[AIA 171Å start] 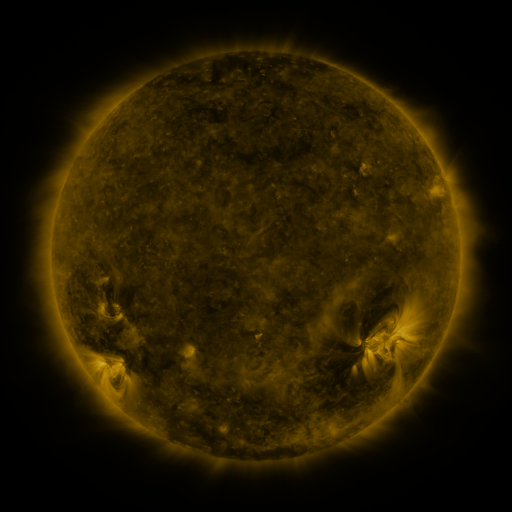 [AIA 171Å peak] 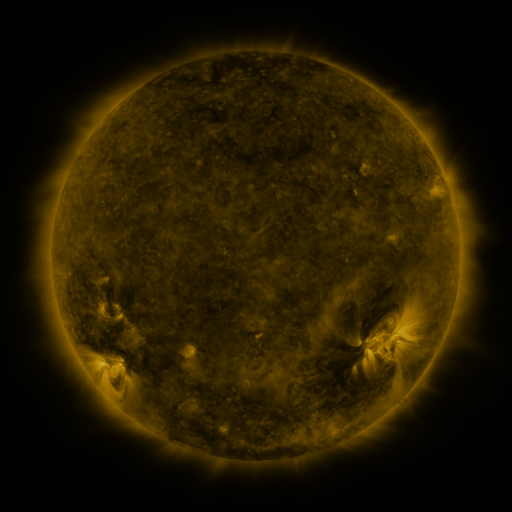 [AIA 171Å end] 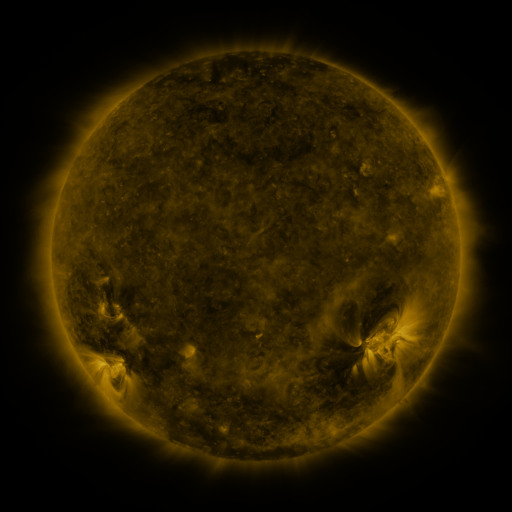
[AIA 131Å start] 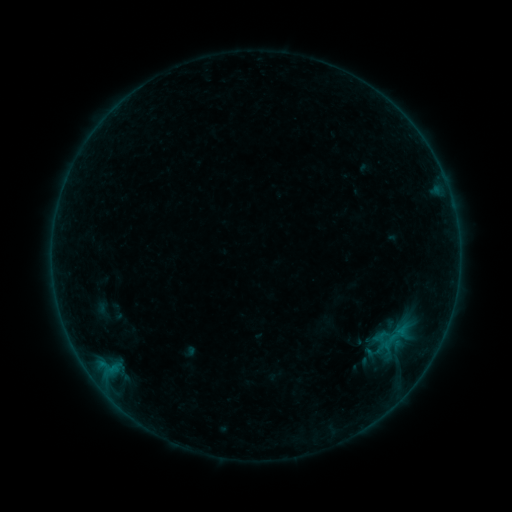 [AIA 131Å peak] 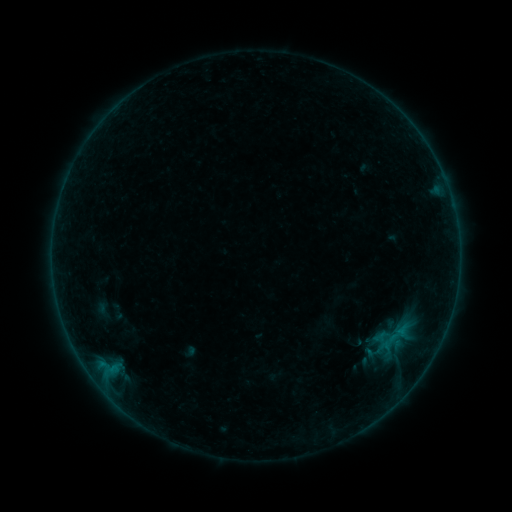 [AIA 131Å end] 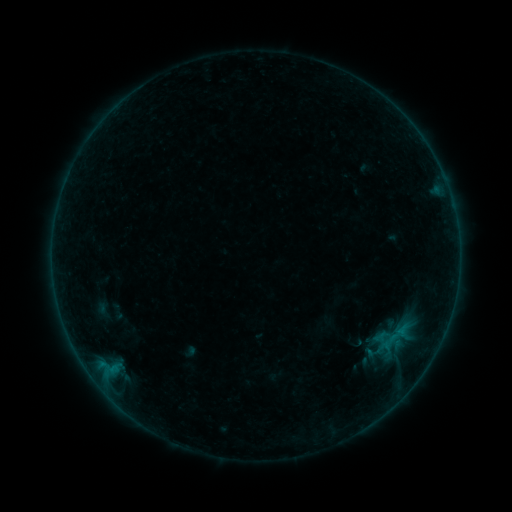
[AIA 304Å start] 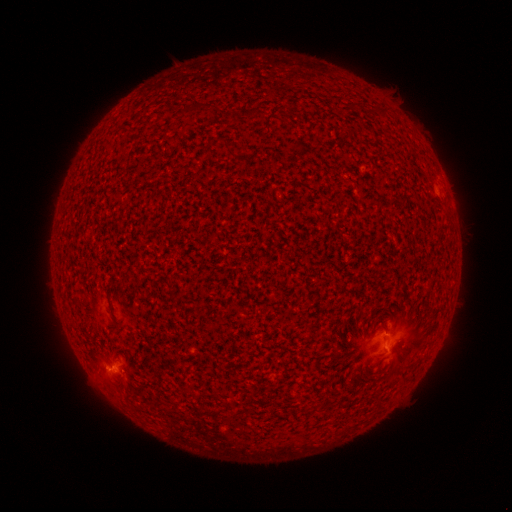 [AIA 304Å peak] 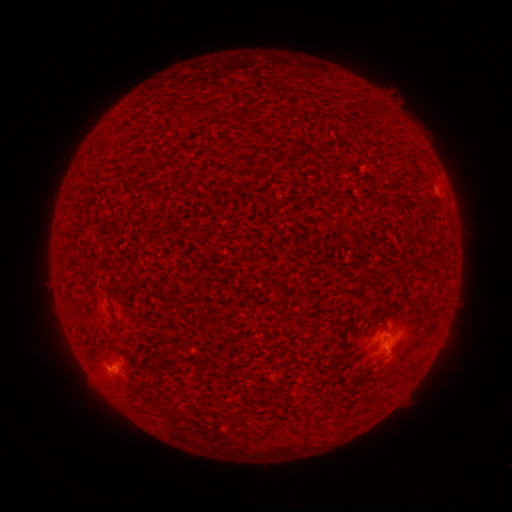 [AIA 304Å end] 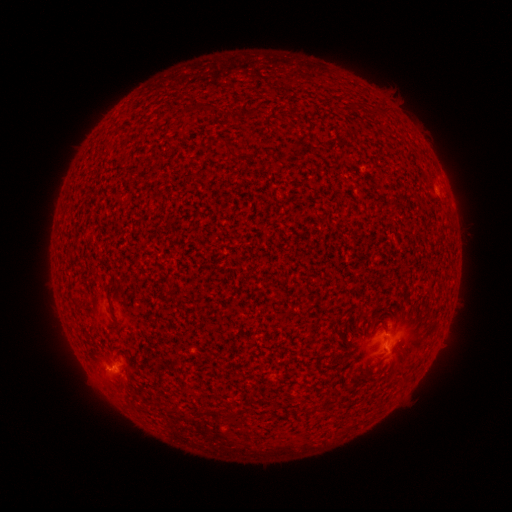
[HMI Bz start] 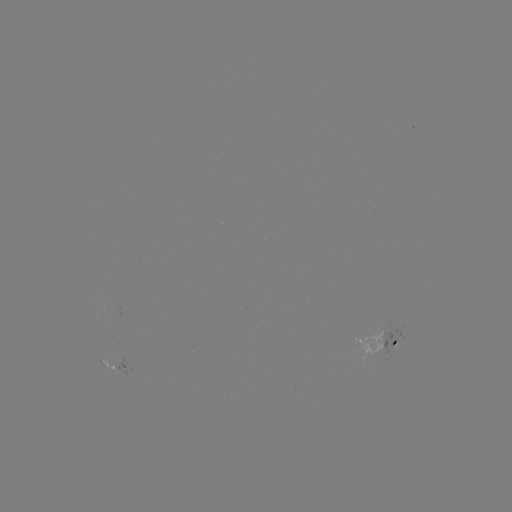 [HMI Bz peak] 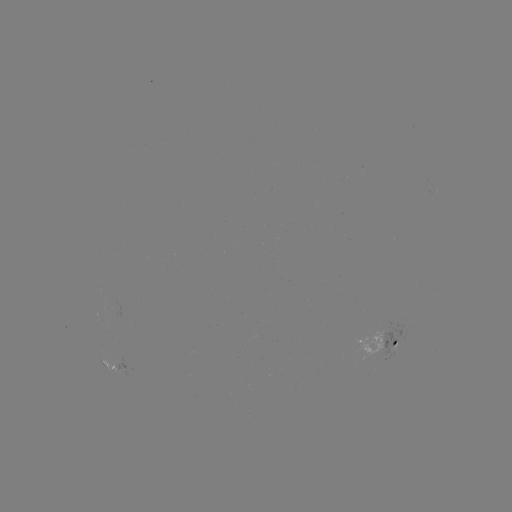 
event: flare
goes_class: B1.7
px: (111, 365)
